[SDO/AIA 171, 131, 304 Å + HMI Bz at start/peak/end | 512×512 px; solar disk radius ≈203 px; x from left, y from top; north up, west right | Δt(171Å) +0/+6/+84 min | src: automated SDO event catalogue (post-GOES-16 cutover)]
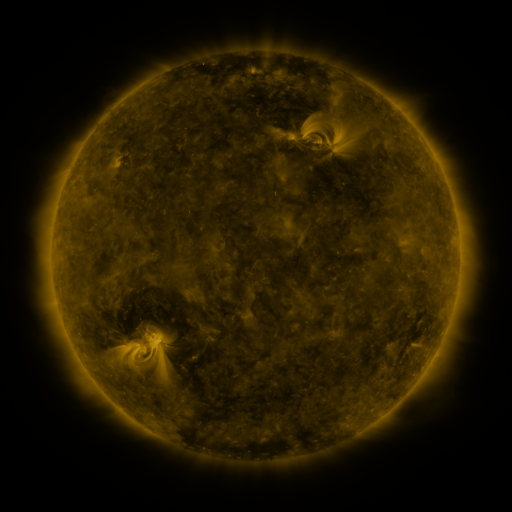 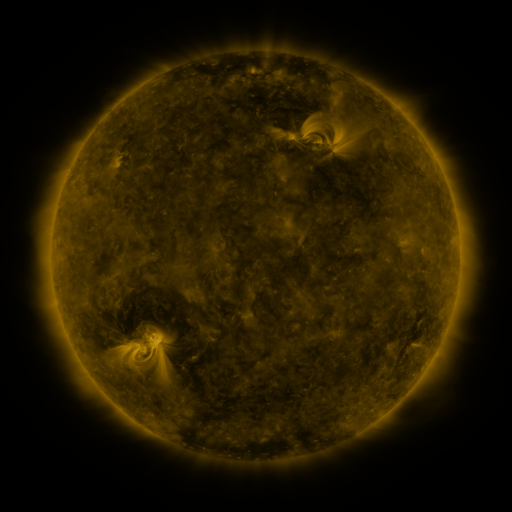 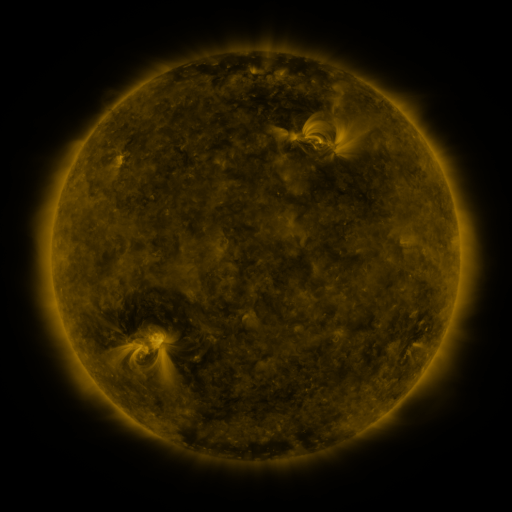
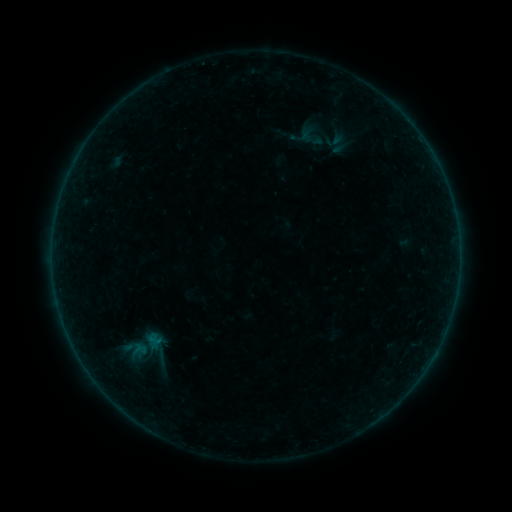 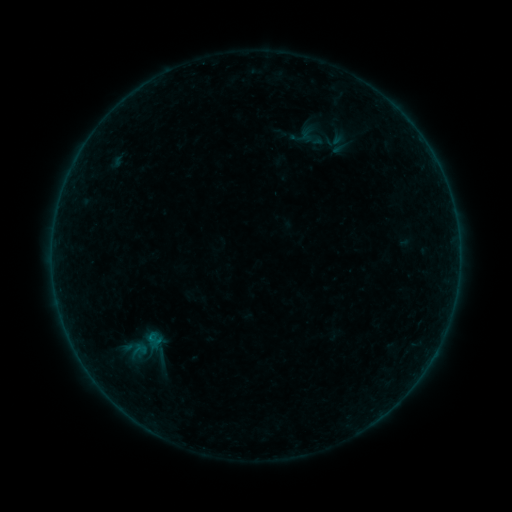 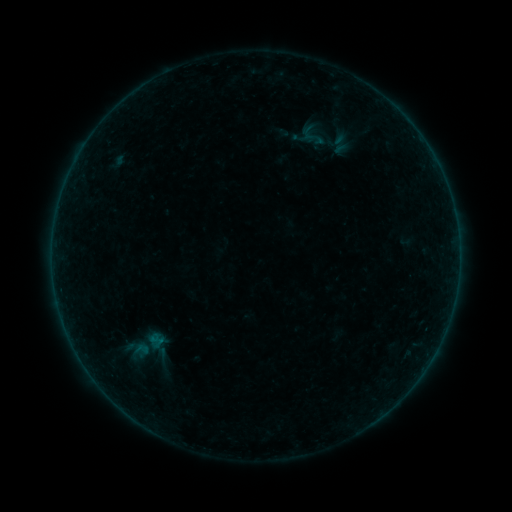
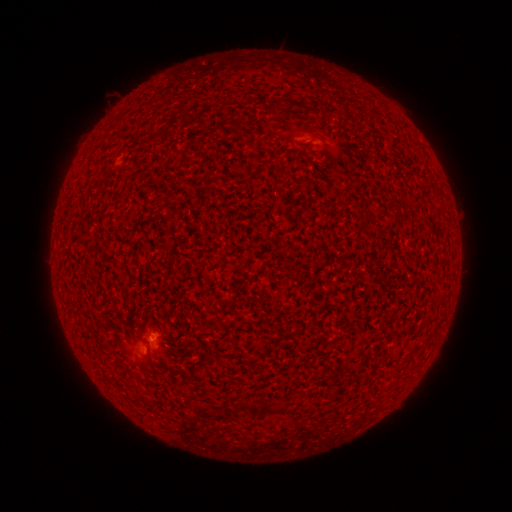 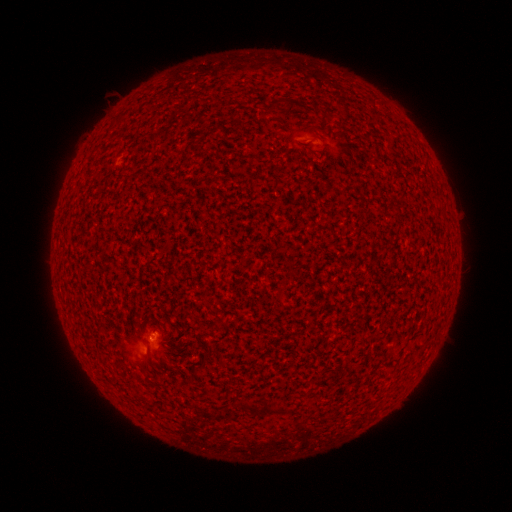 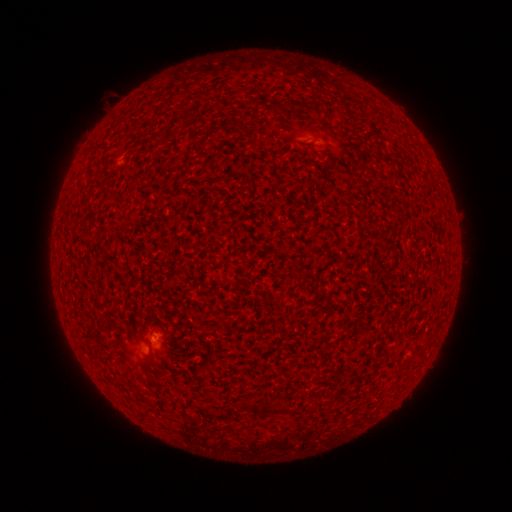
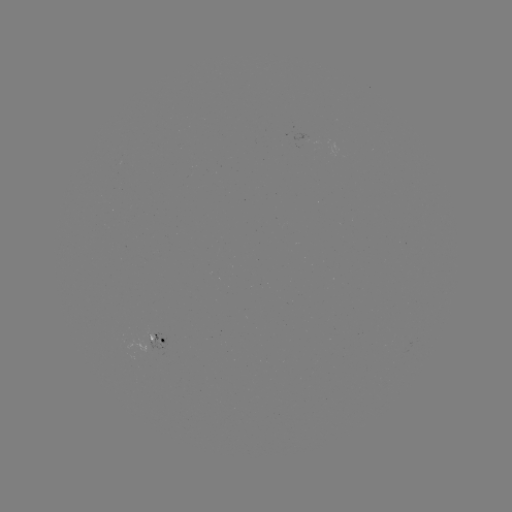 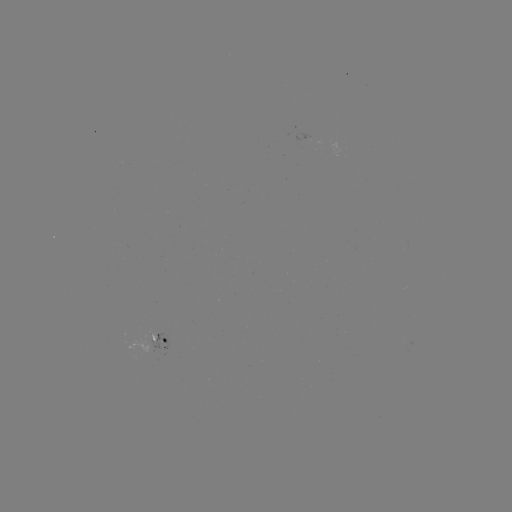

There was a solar flare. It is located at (151, 335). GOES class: A9.9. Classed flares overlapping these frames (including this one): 1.